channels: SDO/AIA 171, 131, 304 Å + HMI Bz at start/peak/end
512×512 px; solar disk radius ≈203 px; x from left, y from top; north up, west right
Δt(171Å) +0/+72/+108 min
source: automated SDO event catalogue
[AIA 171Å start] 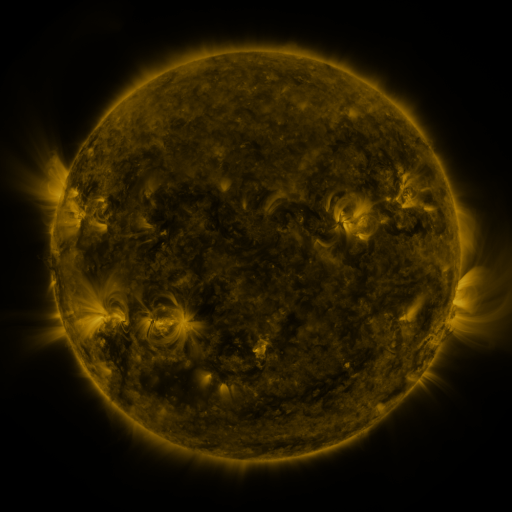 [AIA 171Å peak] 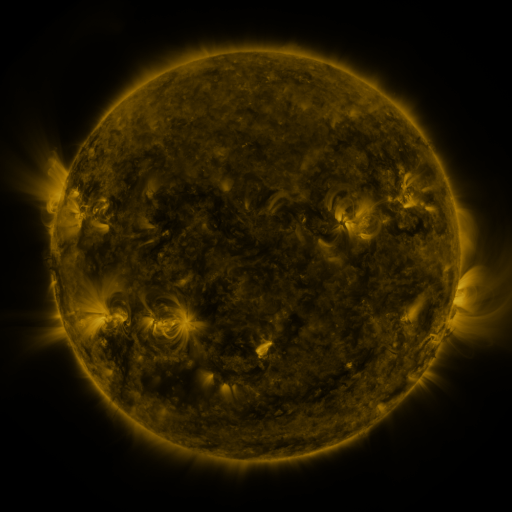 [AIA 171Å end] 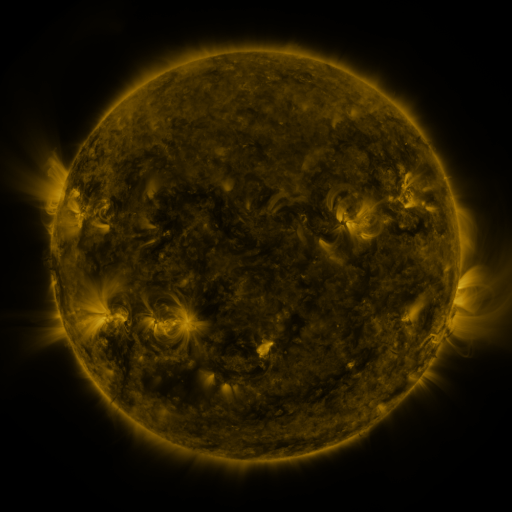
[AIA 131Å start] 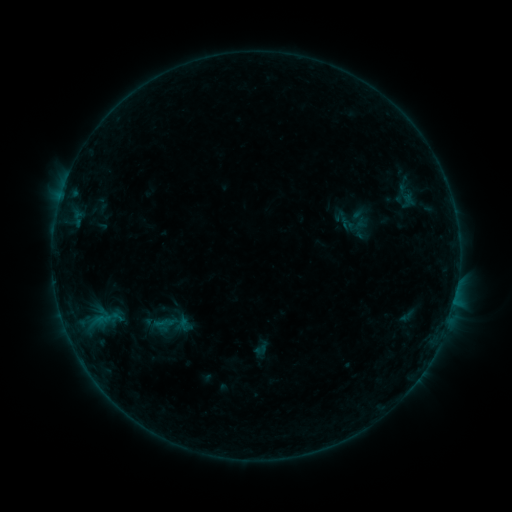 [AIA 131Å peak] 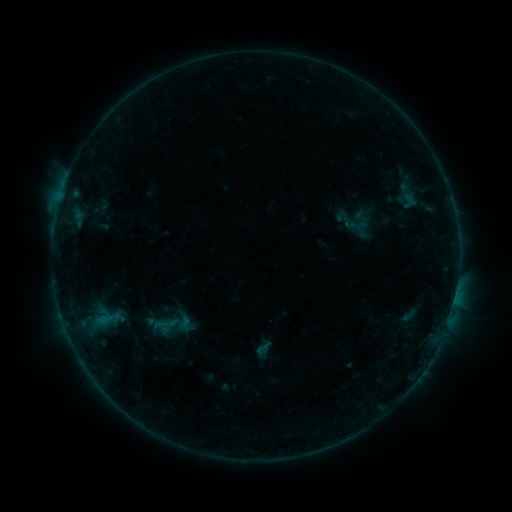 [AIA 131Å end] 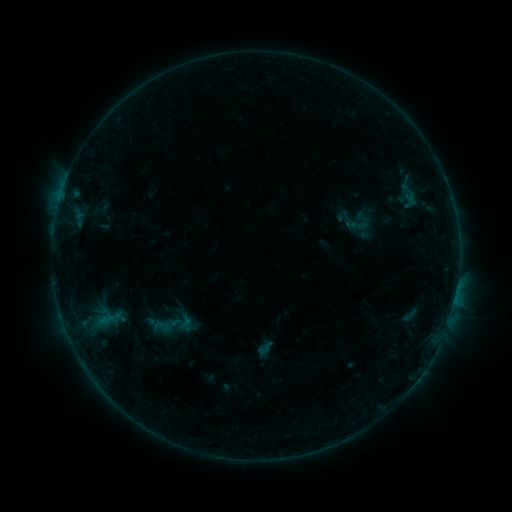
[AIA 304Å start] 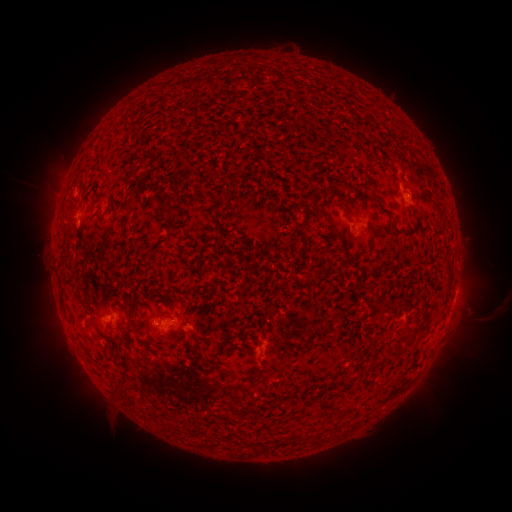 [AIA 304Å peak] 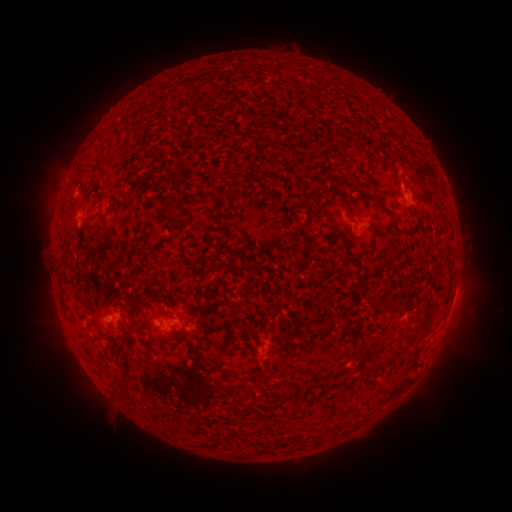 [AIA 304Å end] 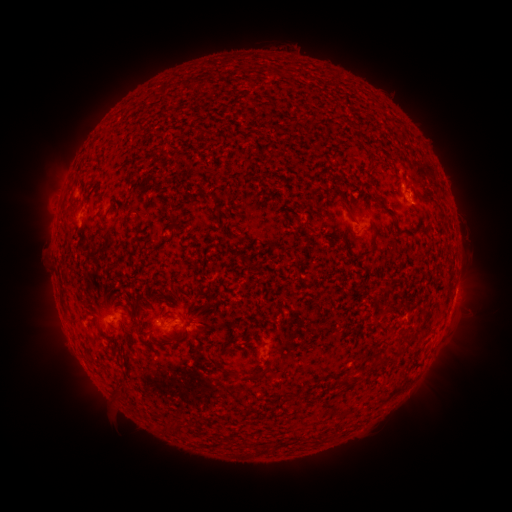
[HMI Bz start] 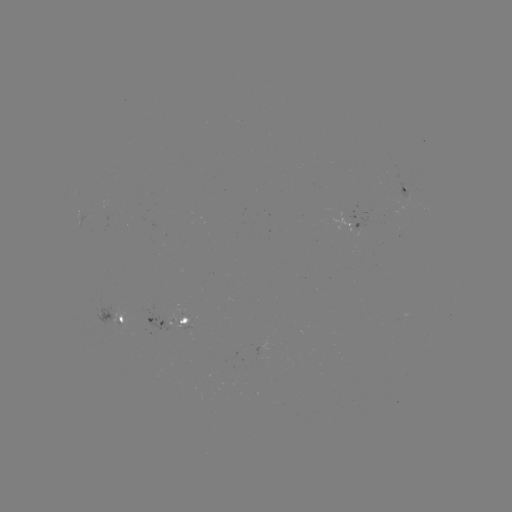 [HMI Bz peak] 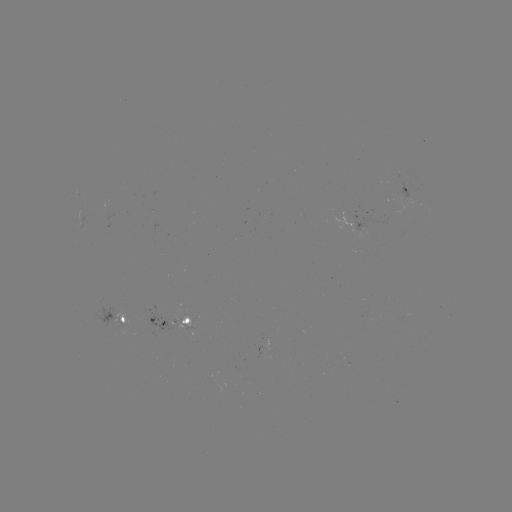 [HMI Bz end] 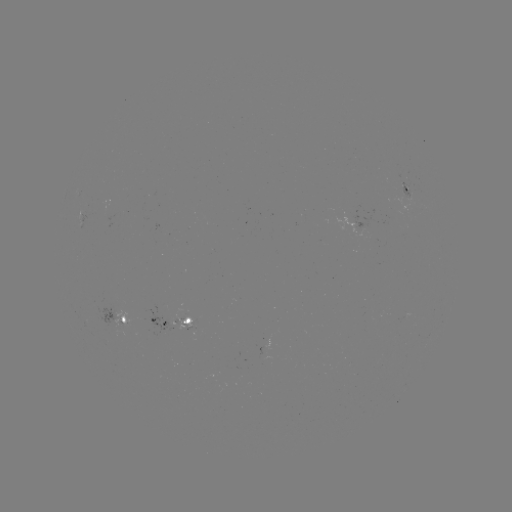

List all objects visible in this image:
emerging-flux region: (349, 221)
